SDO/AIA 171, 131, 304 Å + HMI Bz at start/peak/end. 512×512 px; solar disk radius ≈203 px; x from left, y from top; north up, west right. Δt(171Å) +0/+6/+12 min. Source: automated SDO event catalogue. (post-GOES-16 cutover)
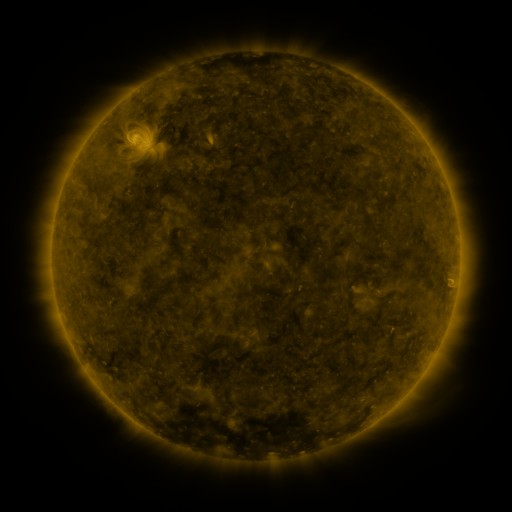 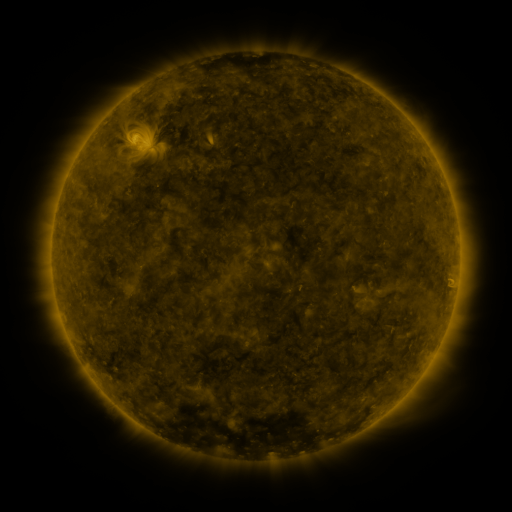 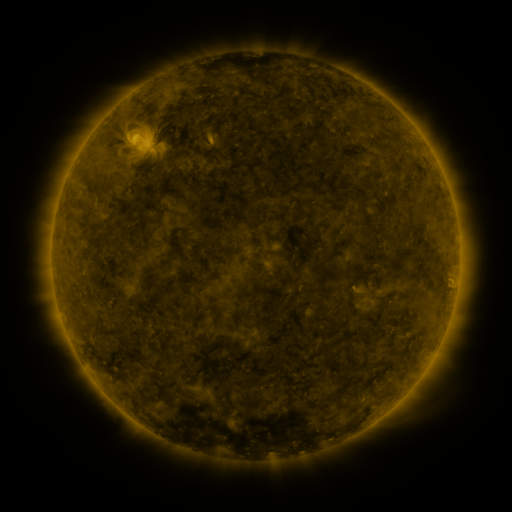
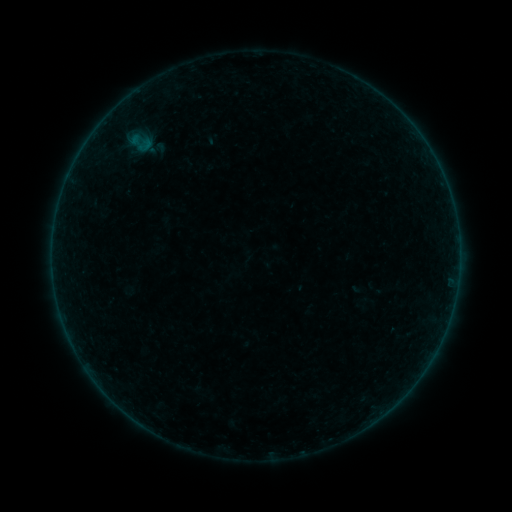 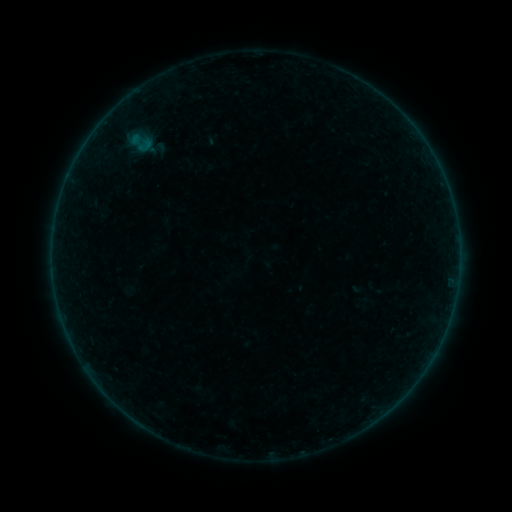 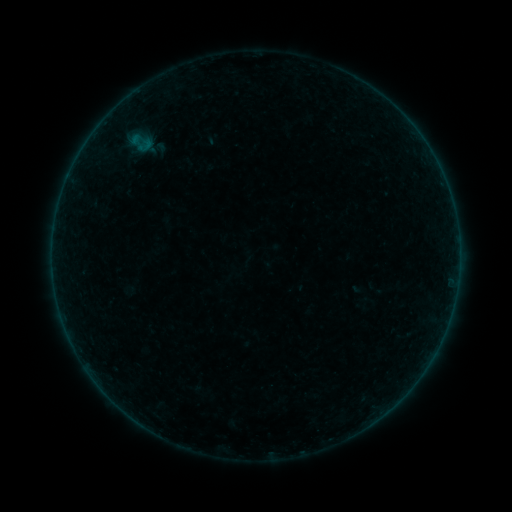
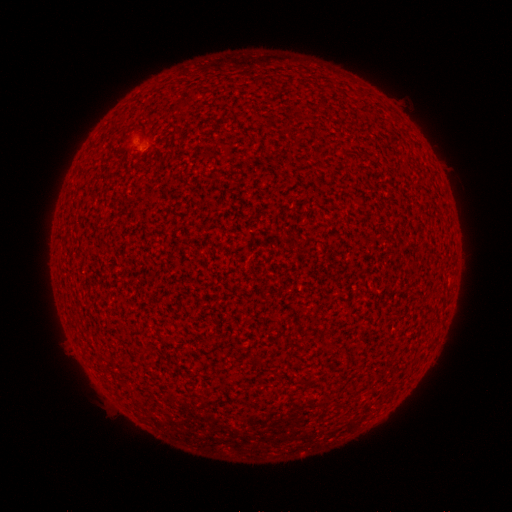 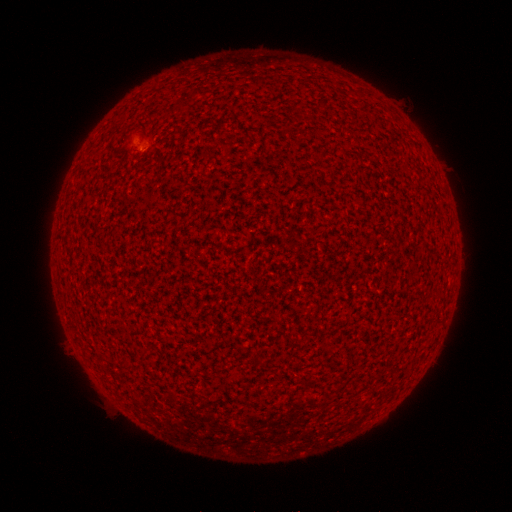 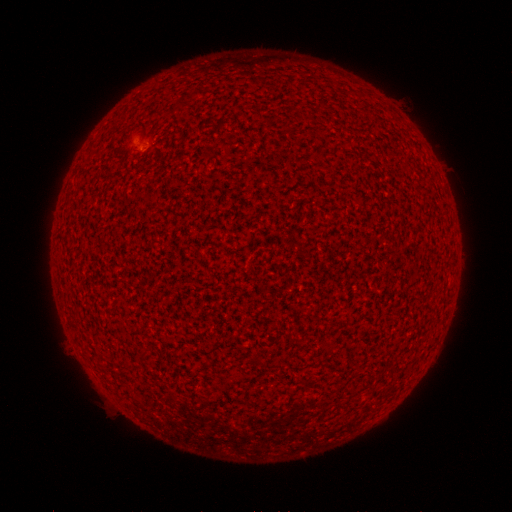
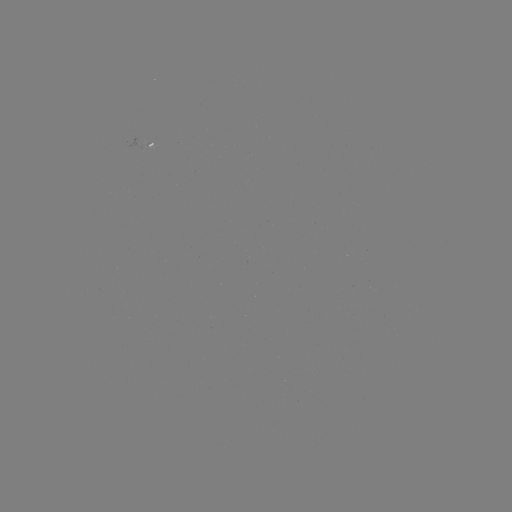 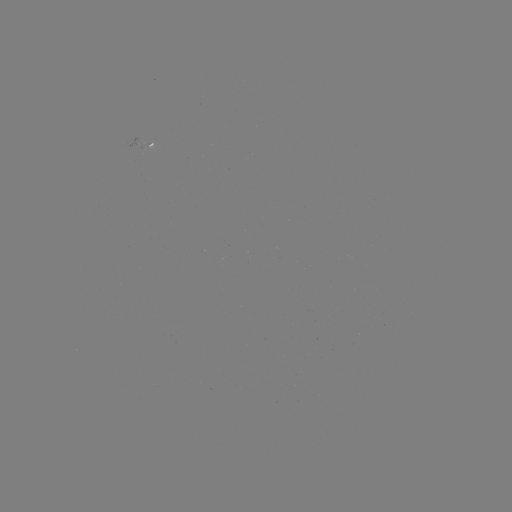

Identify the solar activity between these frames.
A2.4 flare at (143, 150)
